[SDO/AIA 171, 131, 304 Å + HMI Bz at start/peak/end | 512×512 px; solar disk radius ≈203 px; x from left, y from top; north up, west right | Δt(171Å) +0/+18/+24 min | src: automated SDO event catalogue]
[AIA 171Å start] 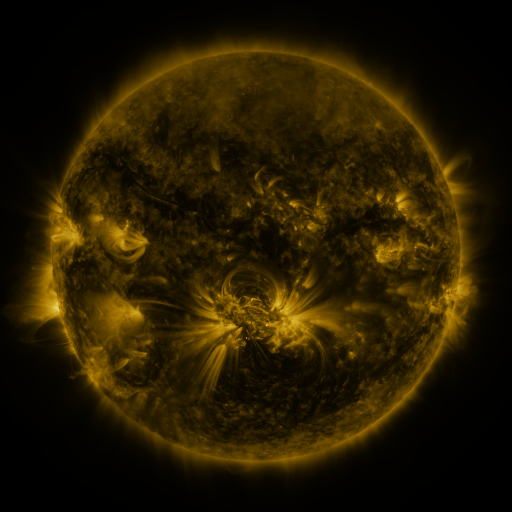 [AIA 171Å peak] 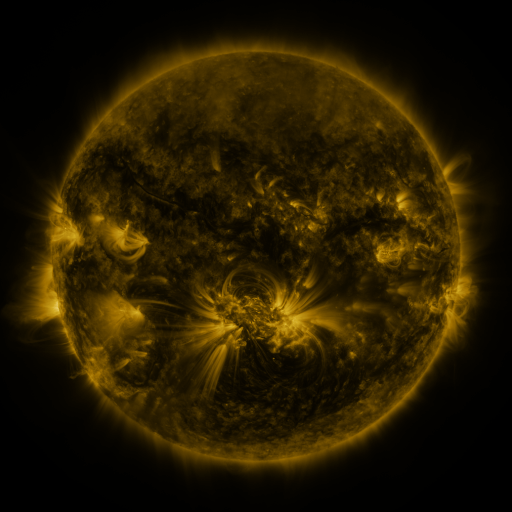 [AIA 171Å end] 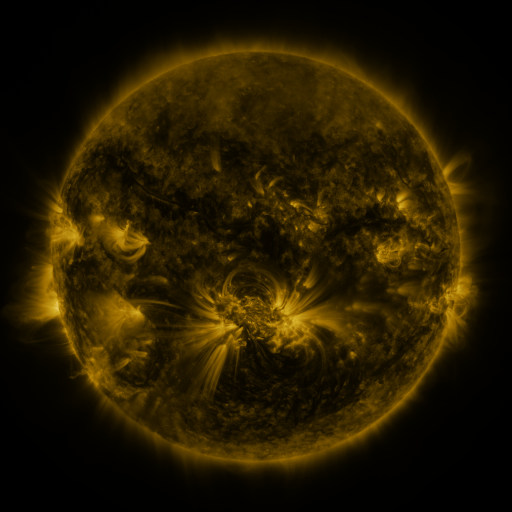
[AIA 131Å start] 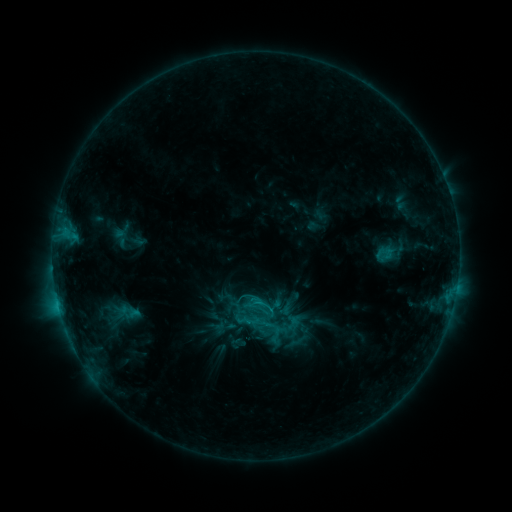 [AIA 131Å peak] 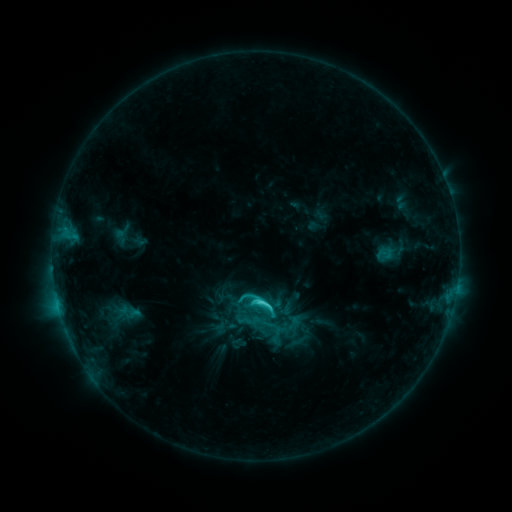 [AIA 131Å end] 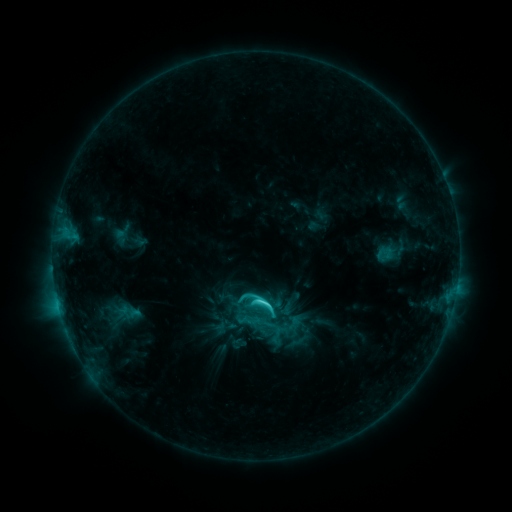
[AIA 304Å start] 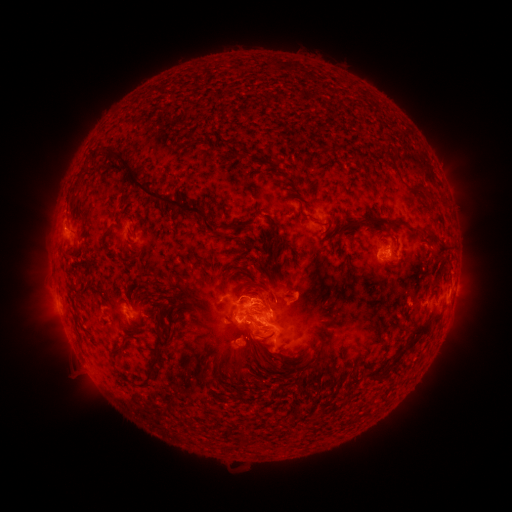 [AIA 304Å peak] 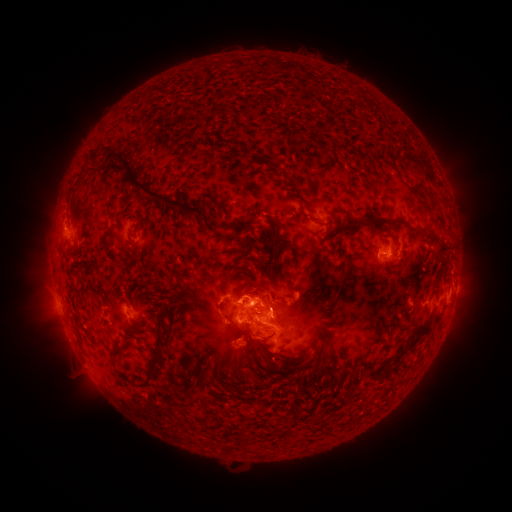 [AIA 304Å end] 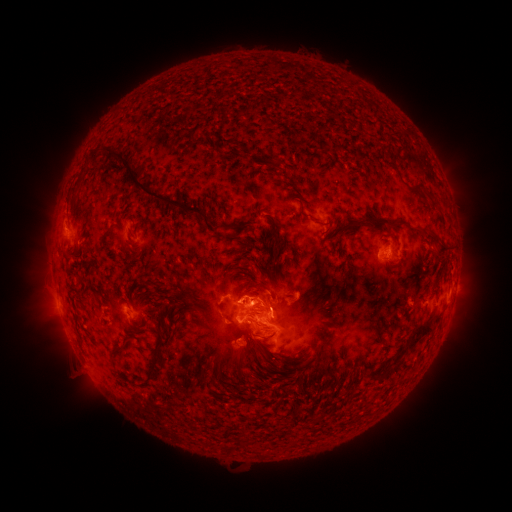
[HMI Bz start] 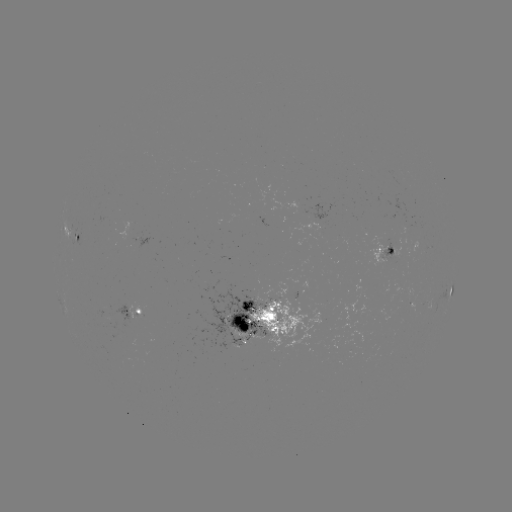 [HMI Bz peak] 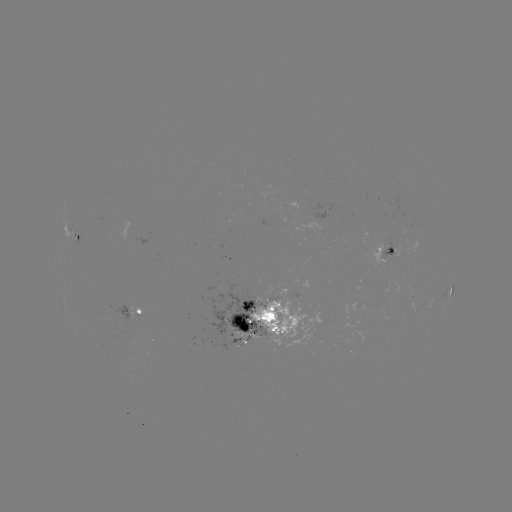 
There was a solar flare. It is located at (259, 302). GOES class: C4.6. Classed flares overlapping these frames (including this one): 1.